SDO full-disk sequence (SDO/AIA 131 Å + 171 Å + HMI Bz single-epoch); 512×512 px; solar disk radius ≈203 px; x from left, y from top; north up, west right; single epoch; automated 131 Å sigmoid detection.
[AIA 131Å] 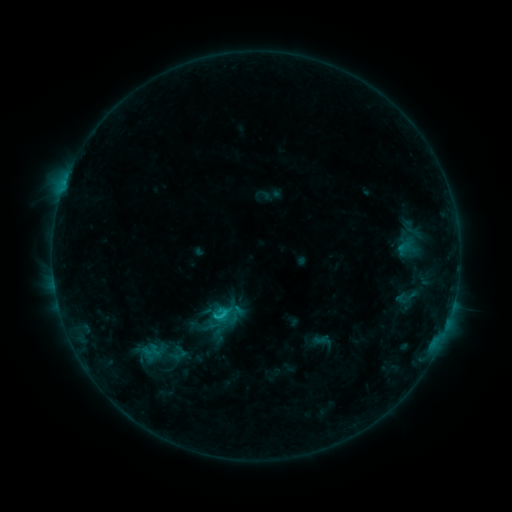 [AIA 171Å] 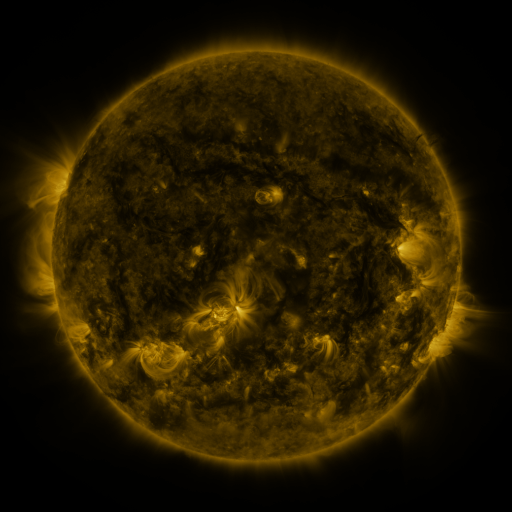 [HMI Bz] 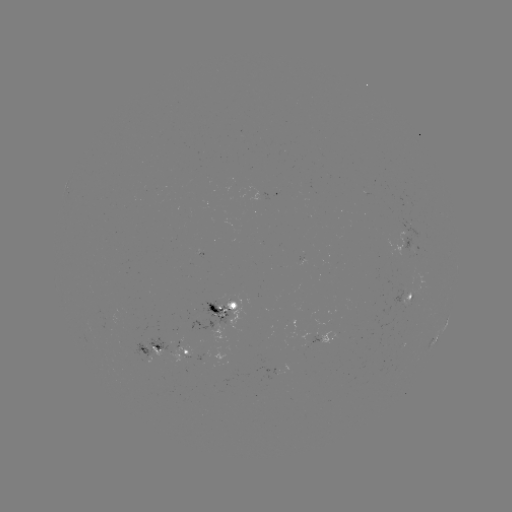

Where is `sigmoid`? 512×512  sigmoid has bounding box [211, 305, 231, 325].